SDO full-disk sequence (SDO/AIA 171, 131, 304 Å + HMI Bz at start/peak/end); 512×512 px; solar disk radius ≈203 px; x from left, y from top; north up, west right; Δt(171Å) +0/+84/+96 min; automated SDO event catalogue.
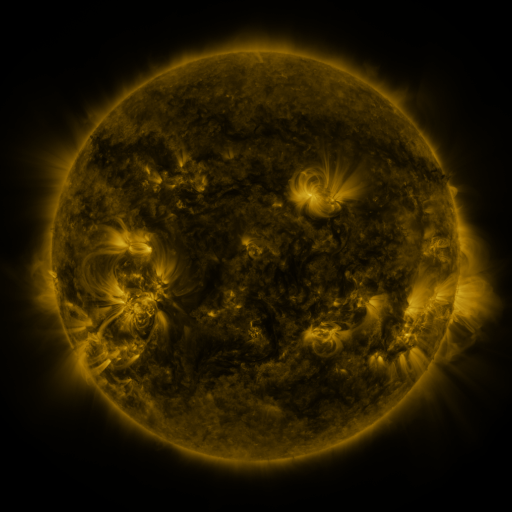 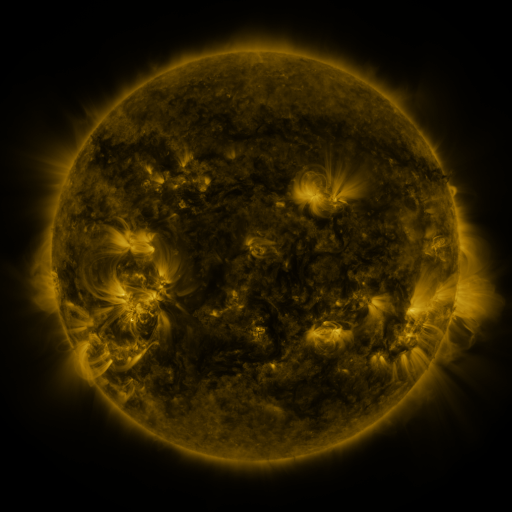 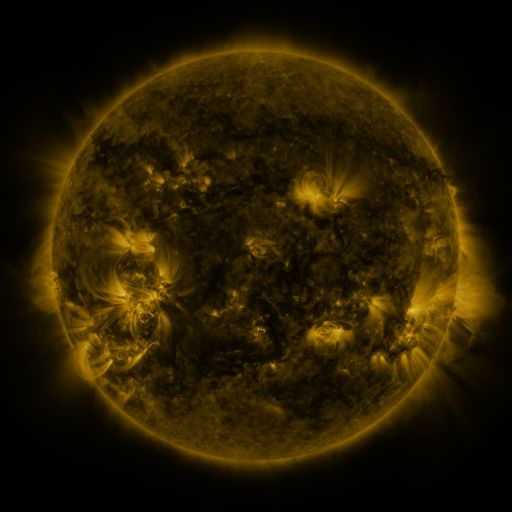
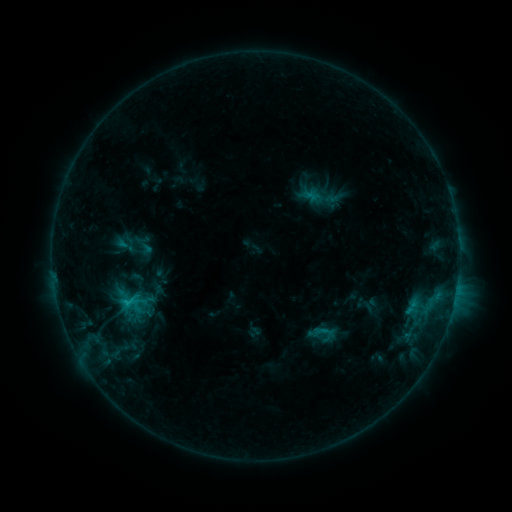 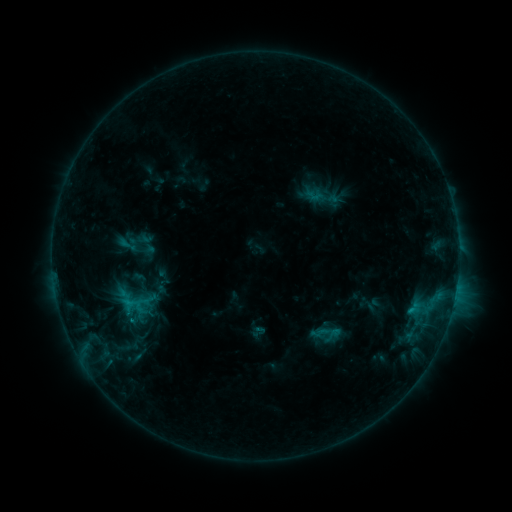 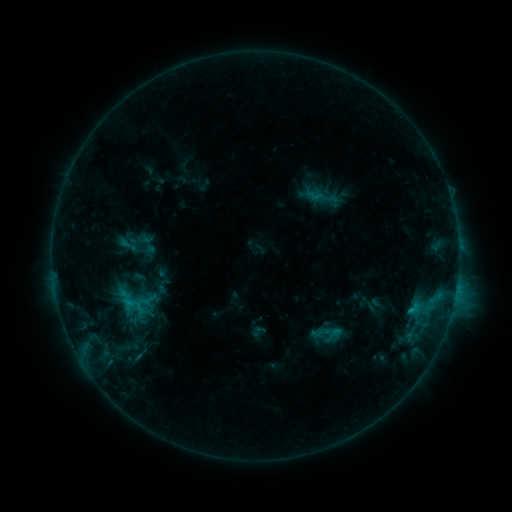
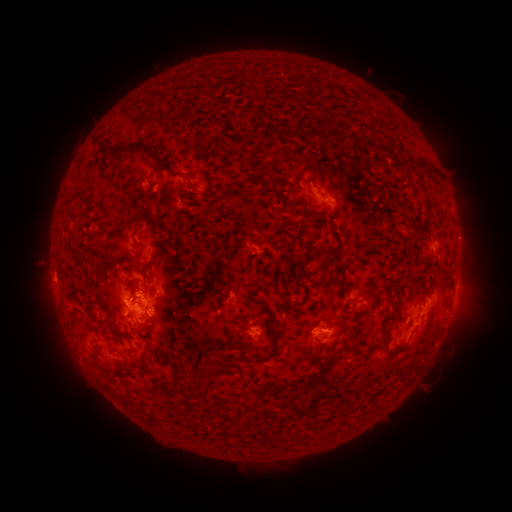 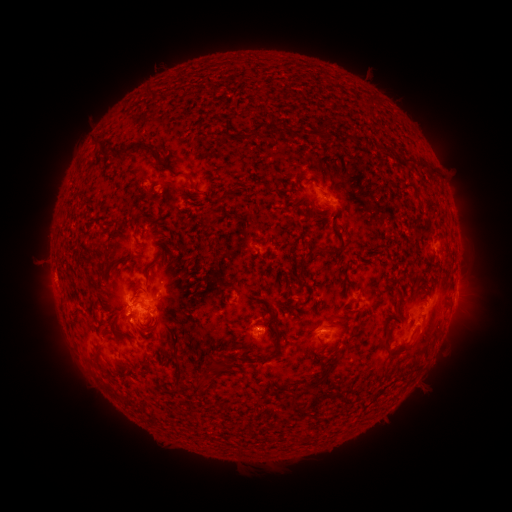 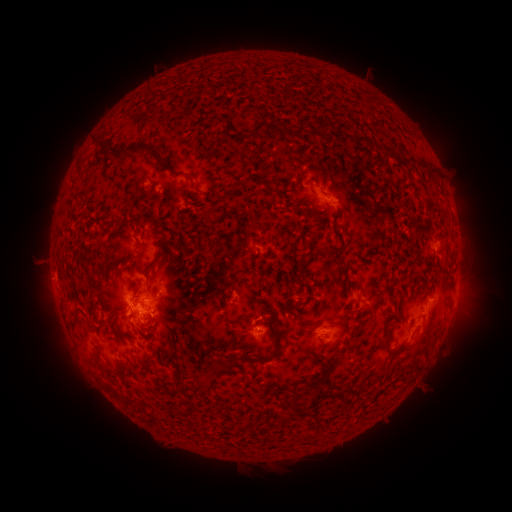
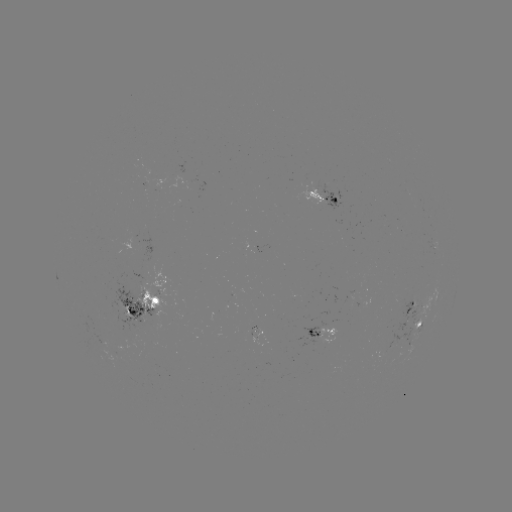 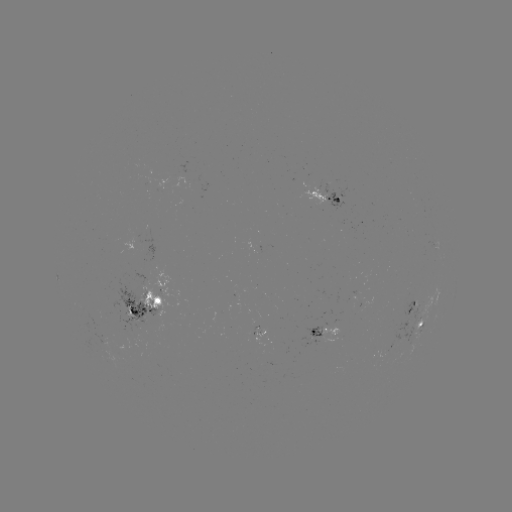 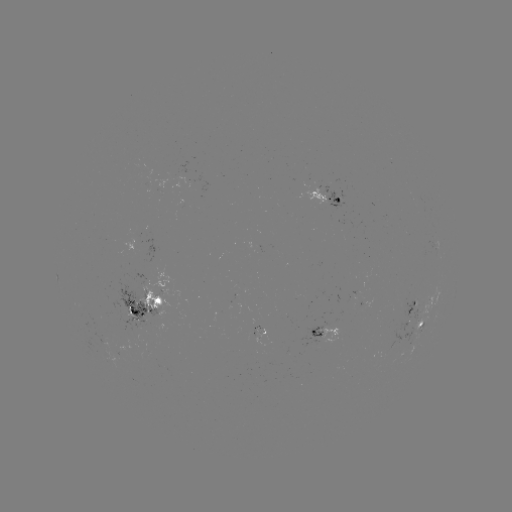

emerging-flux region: [253, 328, 265, 346]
